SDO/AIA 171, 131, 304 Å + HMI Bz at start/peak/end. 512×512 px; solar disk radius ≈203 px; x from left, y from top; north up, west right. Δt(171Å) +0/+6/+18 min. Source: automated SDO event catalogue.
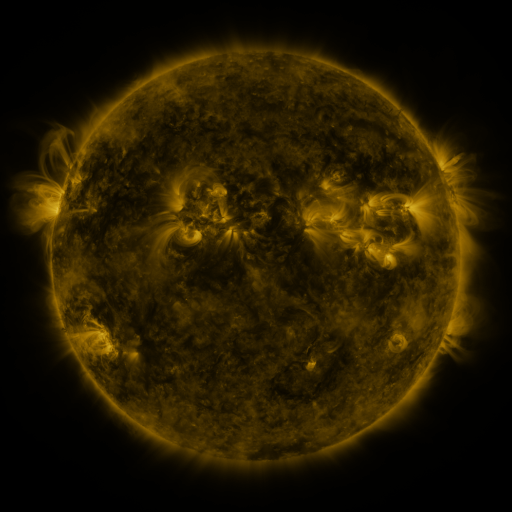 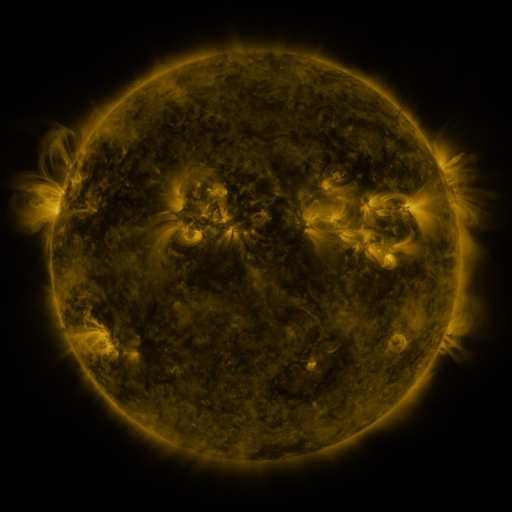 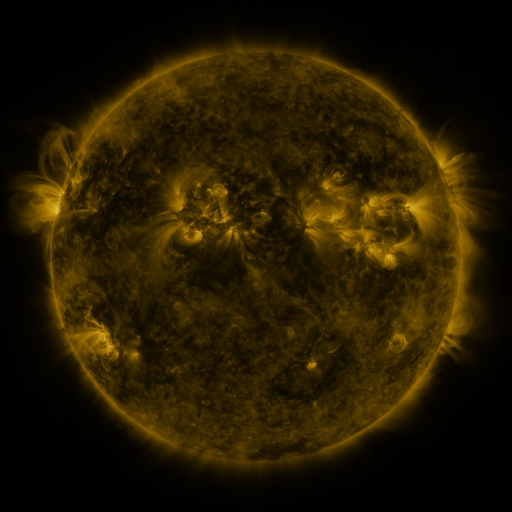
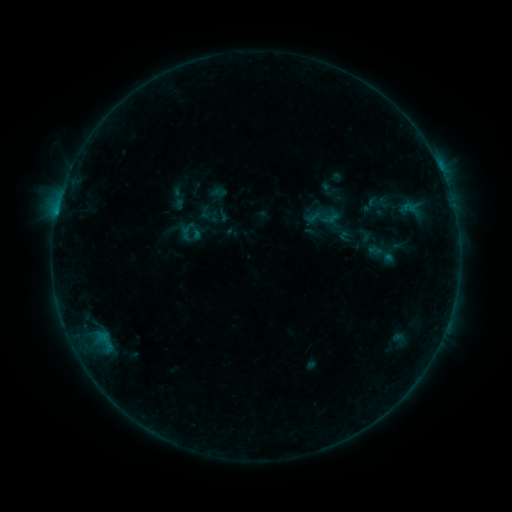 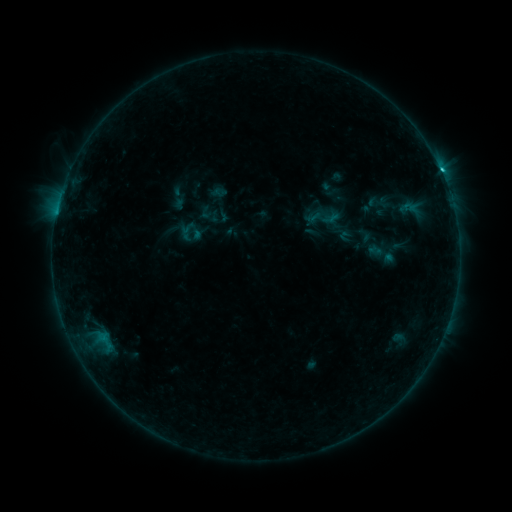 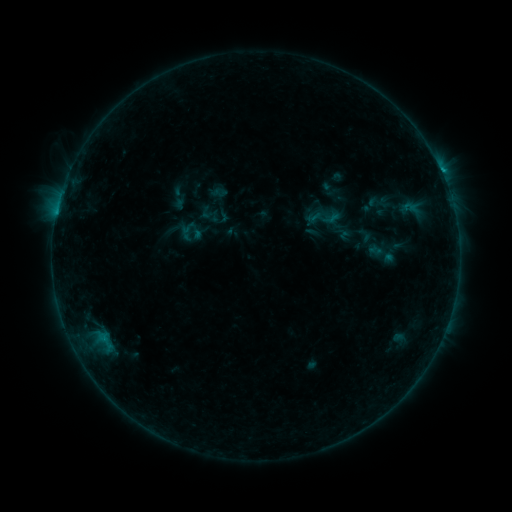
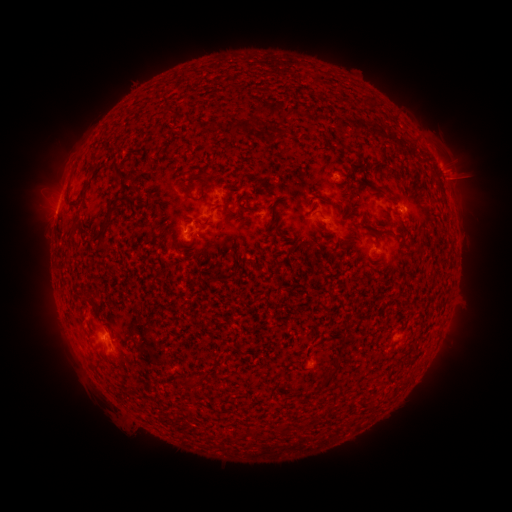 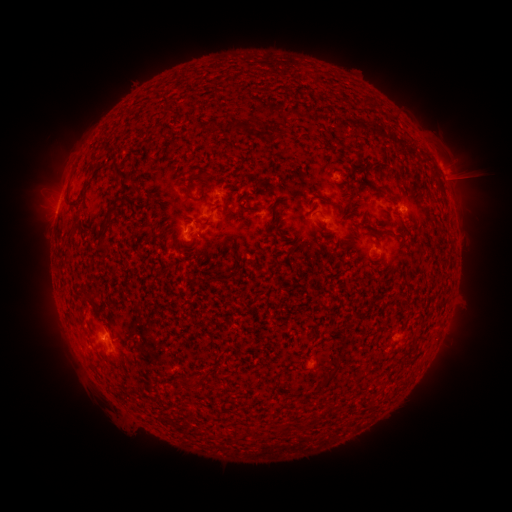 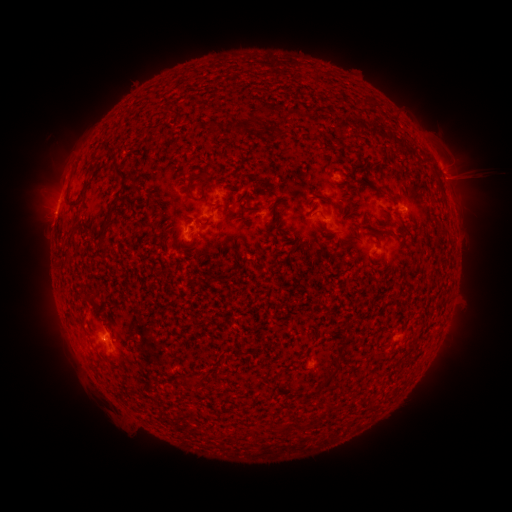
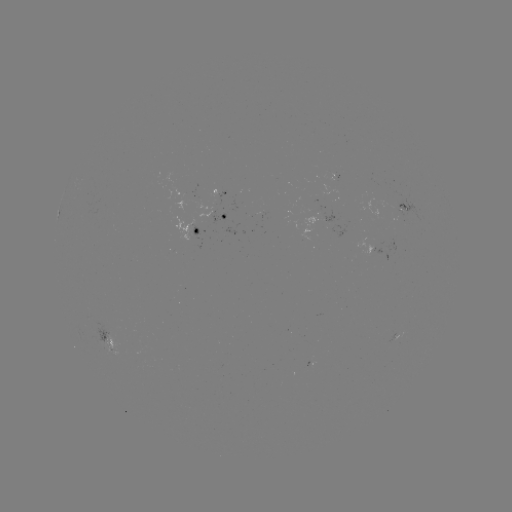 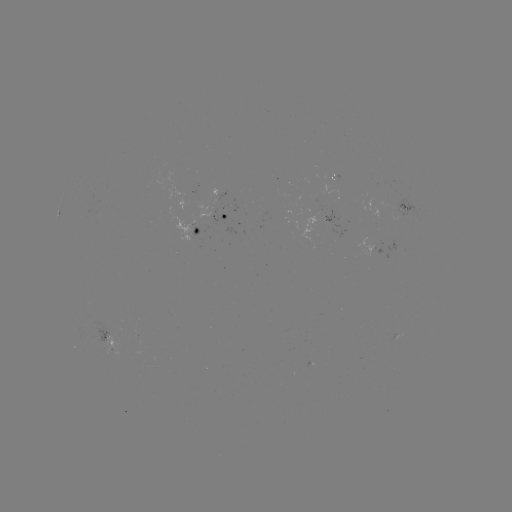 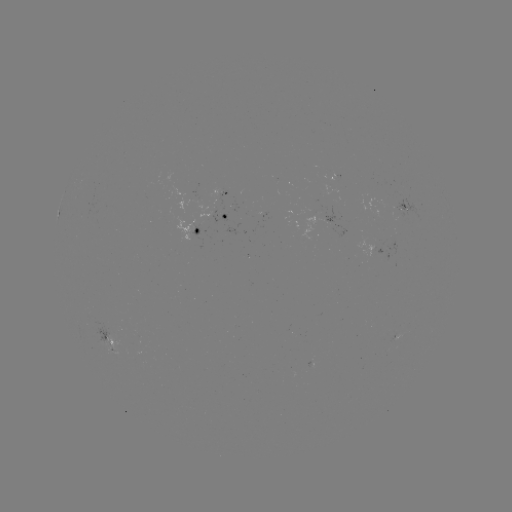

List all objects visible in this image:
C1.5 flare: (441, 175)
